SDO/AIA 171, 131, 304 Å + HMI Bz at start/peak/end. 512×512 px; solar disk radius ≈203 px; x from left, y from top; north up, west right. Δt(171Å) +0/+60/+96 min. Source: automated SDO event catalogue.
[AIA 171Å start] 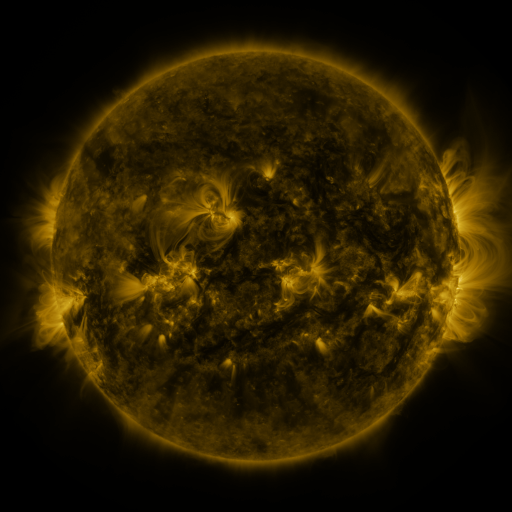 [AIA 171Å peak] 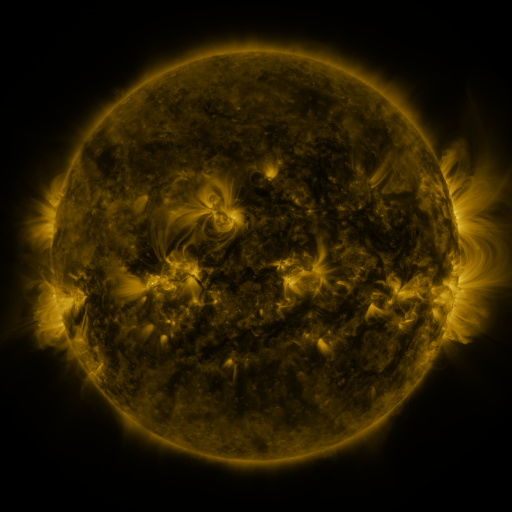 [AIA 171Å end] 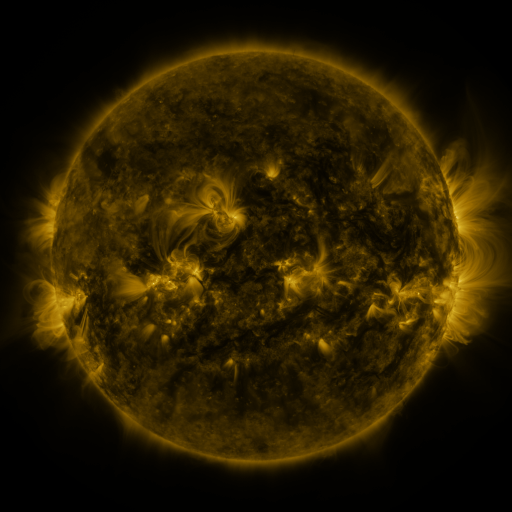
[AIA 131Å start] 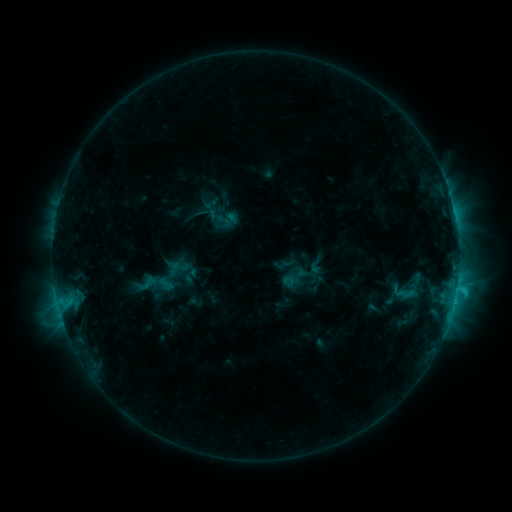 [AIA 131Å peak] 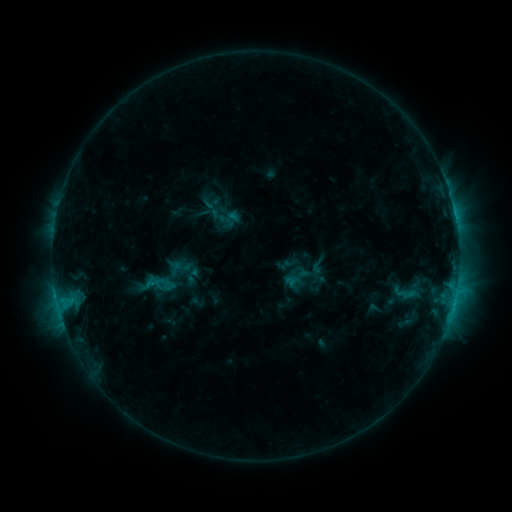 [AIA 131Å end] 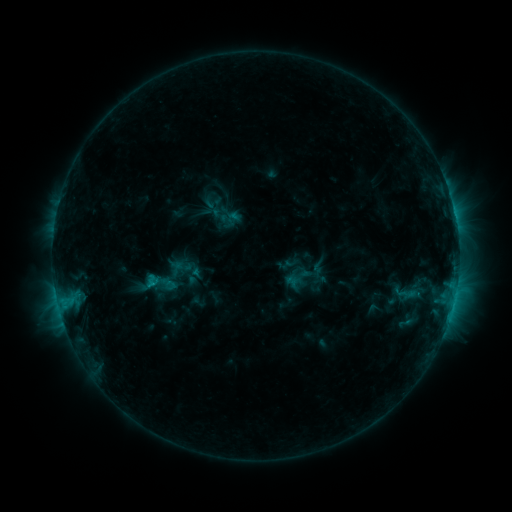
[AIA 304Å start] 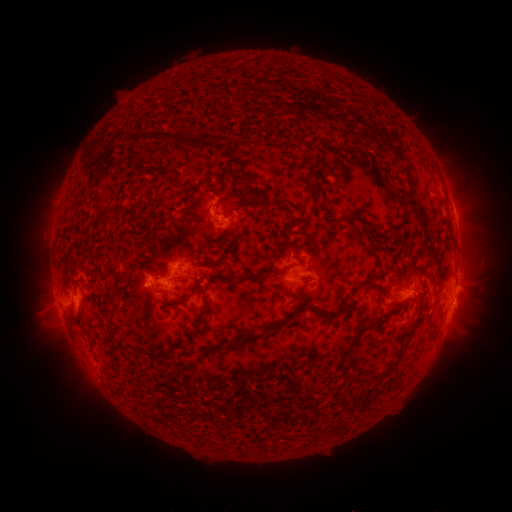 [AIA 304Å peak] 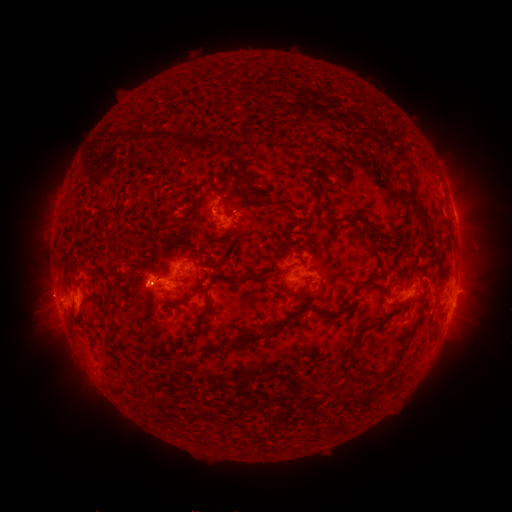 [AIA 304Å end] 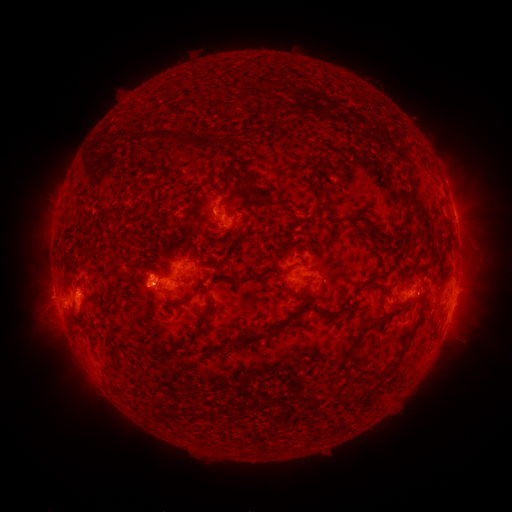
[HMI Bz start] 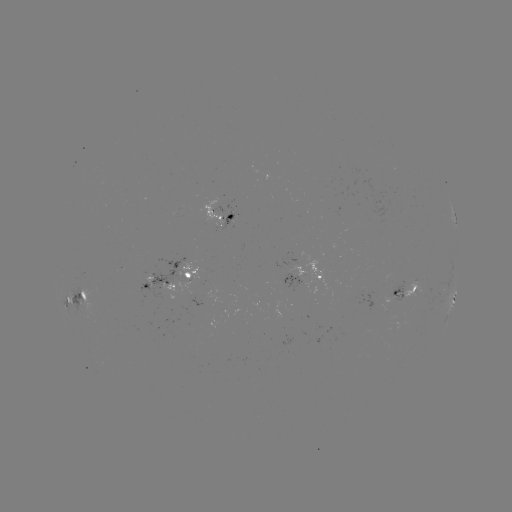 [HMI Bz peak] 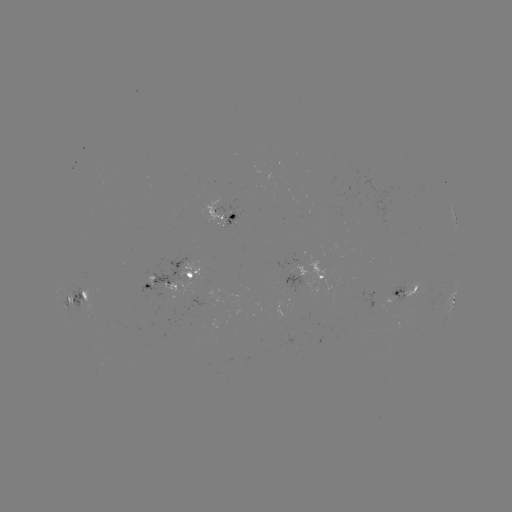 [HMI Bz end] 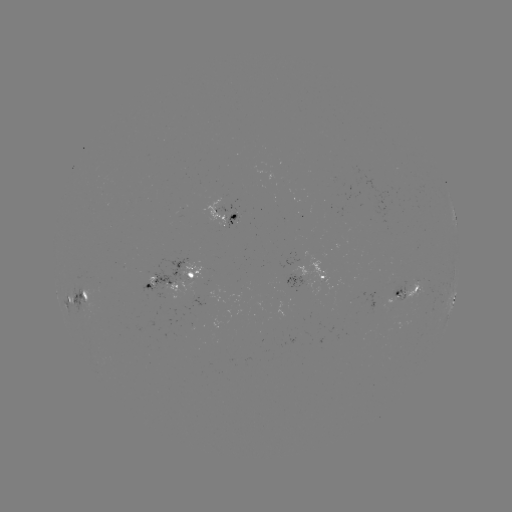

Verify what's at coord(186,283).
emerging-flux region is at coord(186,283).